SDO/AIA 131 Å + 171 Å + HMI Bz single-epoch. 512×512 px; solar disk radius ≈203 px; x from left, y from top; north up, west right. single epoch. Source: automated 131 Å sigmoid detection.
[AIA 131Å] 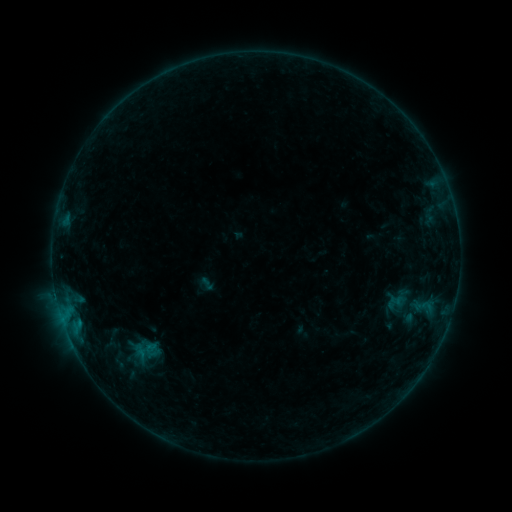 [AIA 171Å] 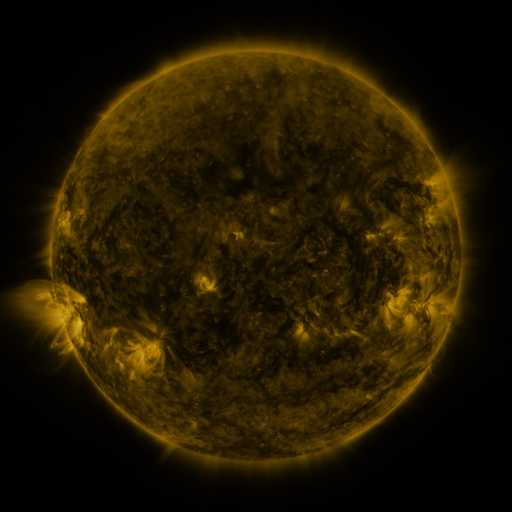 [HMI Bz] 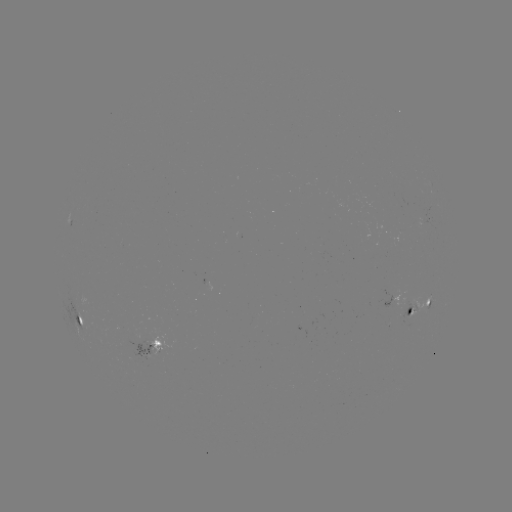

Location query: sigmoid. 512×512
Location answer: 205,284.